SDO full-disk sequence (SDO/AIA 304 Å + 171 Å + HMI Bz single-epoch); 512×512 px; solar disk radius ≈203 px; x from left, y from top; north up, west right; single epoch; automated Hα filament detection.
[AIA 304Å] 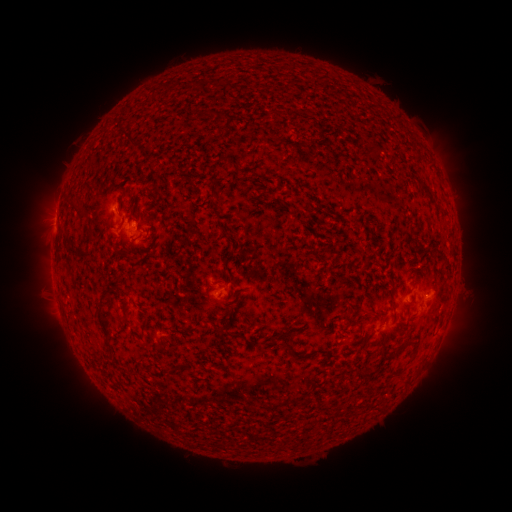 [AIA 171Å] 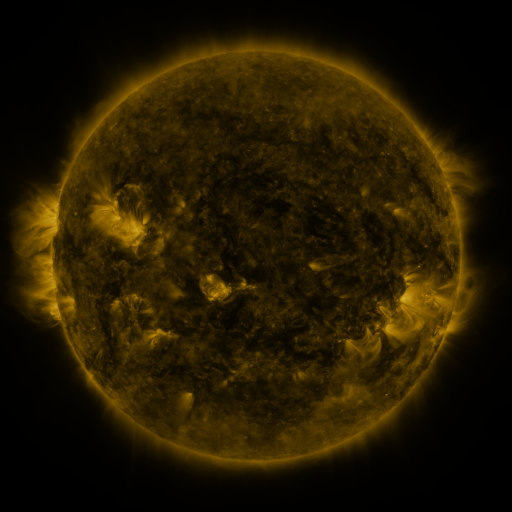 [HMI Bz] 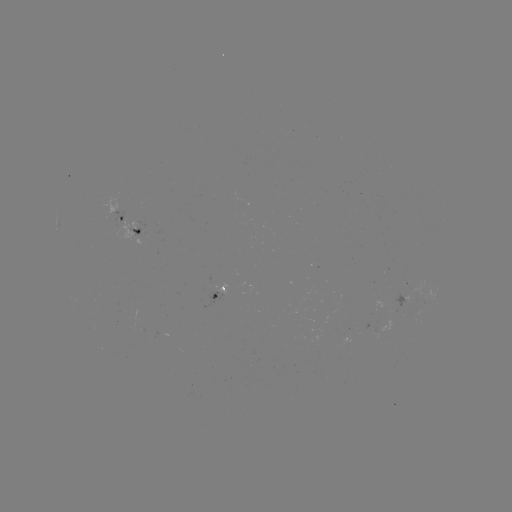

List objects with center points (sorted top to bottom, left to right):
filament: (365, 146, 377, 160)
filament: (65, 242, 80, 257)
filament: (121, 247, 130, 259)
filament: (96, 286, 113, 351)
filament: (388, 288, 396, 324)
filament: (228, 331, 243, 339)
filament: (294, 348, 324, 360)
